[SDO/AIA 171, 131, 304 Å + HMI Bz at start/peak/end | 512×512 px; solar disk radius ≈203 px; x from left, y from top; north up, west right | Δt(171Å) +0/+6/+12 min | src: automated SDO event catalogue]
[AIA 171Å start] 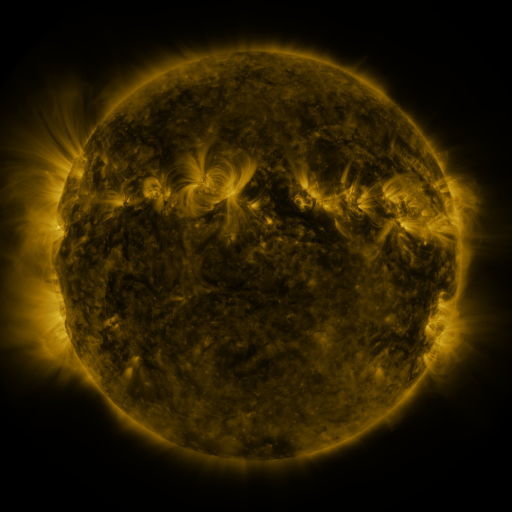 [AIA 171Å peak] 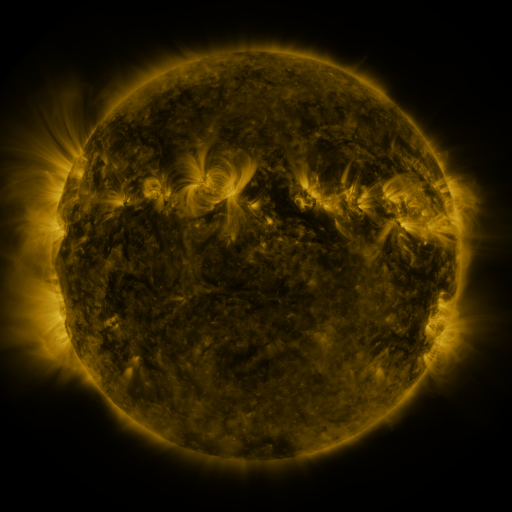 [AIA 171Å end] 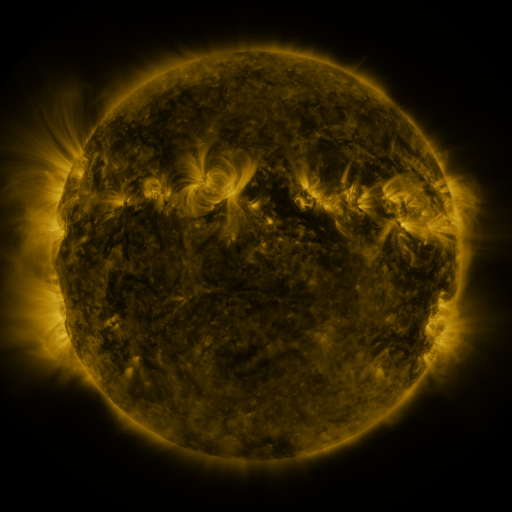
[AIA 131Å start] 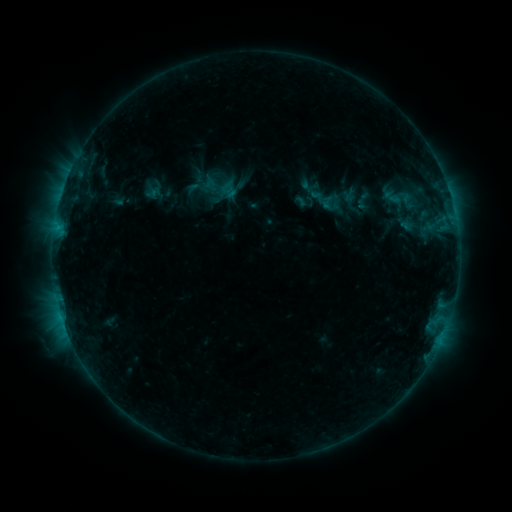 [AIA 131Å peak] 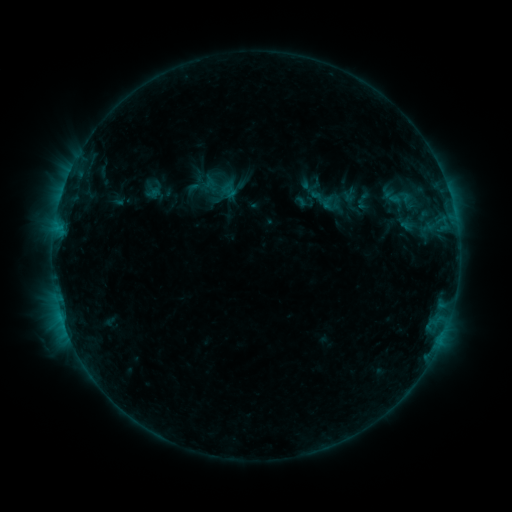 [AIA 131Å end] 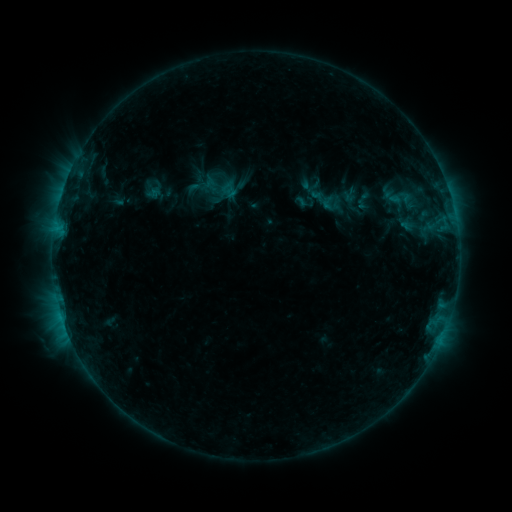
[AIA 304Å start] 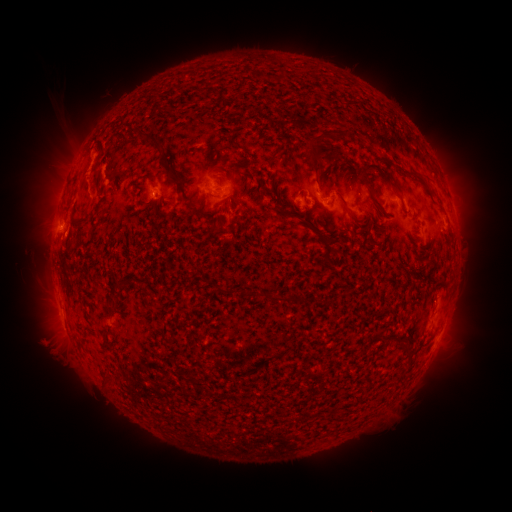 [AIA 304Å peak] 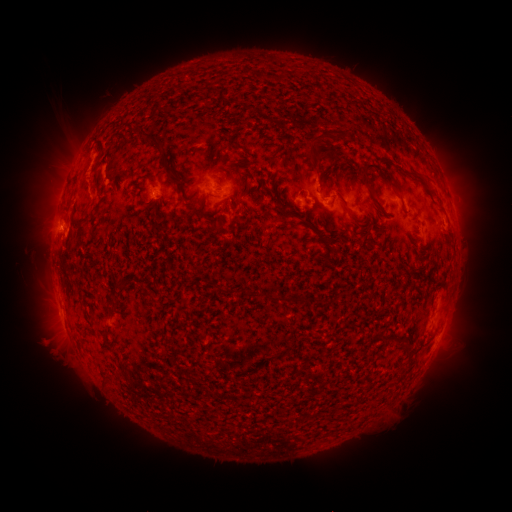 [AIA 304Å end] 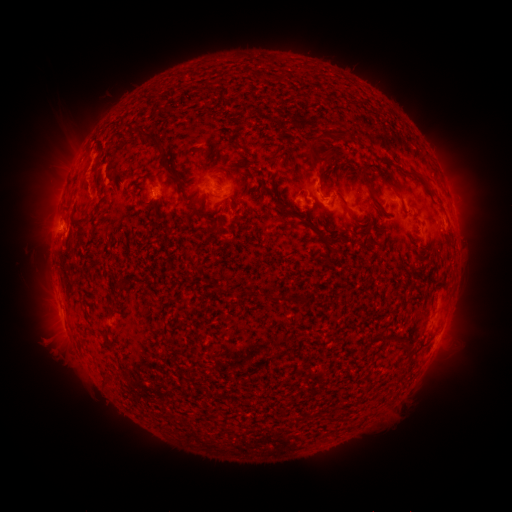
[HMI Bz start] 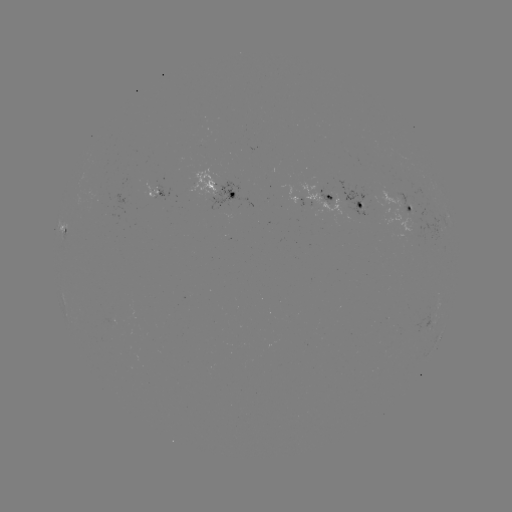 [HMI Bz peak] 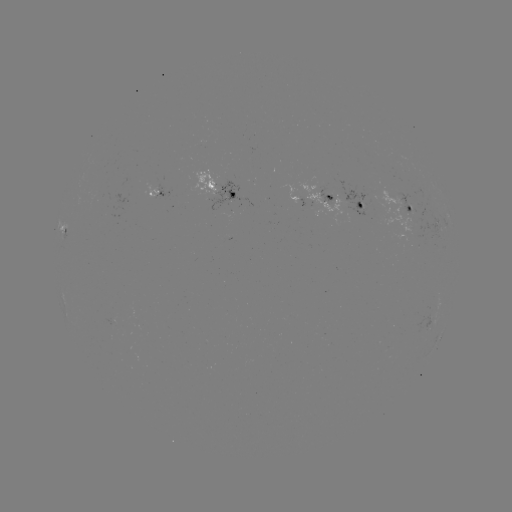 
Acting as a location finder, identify eruption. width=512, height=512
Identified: [320, 176].